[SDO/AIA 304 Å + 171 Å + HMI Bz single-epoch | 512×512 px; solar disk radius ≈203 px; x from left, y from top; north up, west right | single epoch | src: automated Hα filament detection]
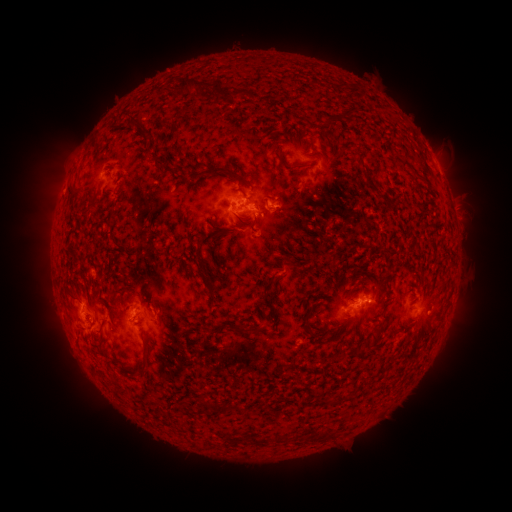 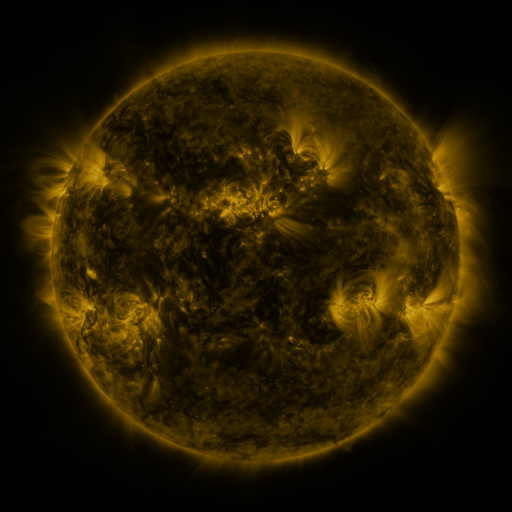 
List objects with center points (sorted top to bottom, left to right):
filament: [172, 77, 200, 97]
filament: [209, 89, 240, 105]
filament: [321, 107, 353, 129]
filament: [125, 122, 137, 133]
filament: [142, 131, 150, 142]
filament: [394, 156, 407, 166]
filament: [153, 158, 162, 168]
filament: [298, 162, 310, 168]
filament: [361, 162, 378, 191]
filament: [202, 165, 230, 177]
filament: [67, 187, 83, 202]
filament: [235, 187, 245, 196]
filament: [82, 197, 96, 220]
filament: [70, 249, 79, 259]
filament: [199, 258, 216, 300]
filament: [287, 260, 301, 267]
filament: [264, 274, 282, 315]
filament: [371, 318, 385, 342]
filament: [232, 322, 264, 334]
filament: [307, 325, 320, 338]
filament: [209, 328, 219, 335]
filament: [140, 352, 150, 374]
filament: [121, 364, 136, 374]
filament: [200, 398, 214, 414]
filament: [223, 403, 234, 412]
filament: [275, 432, 286, 441]
filament: [253, 434, 271, 445]
